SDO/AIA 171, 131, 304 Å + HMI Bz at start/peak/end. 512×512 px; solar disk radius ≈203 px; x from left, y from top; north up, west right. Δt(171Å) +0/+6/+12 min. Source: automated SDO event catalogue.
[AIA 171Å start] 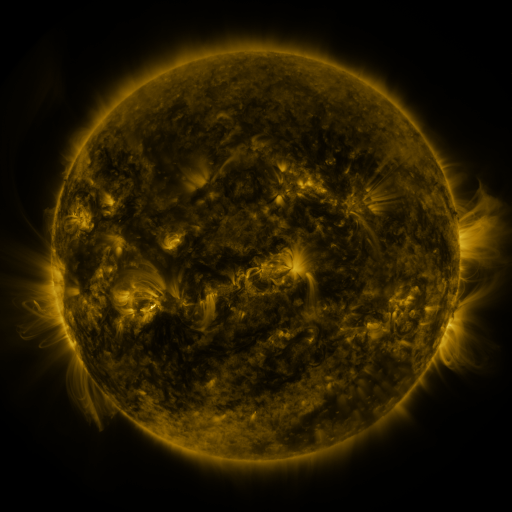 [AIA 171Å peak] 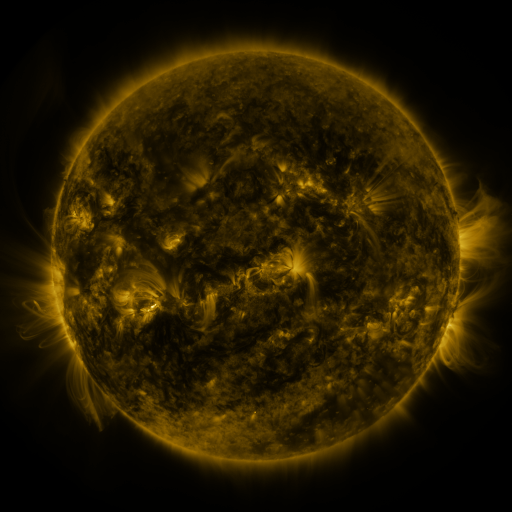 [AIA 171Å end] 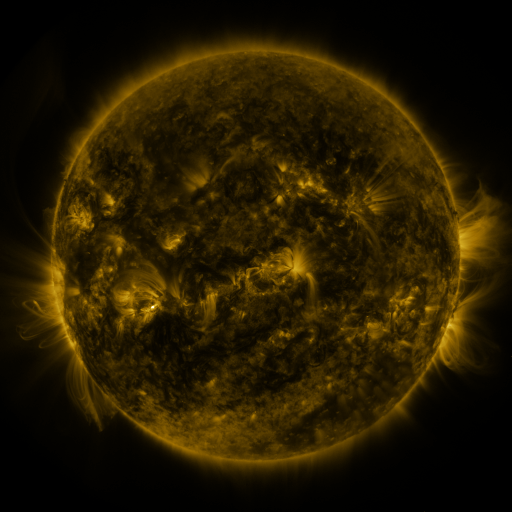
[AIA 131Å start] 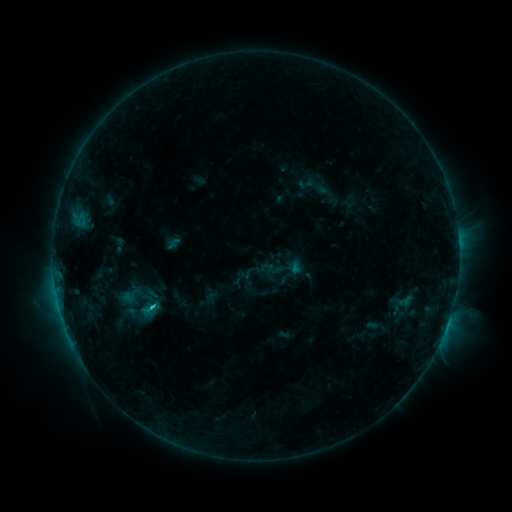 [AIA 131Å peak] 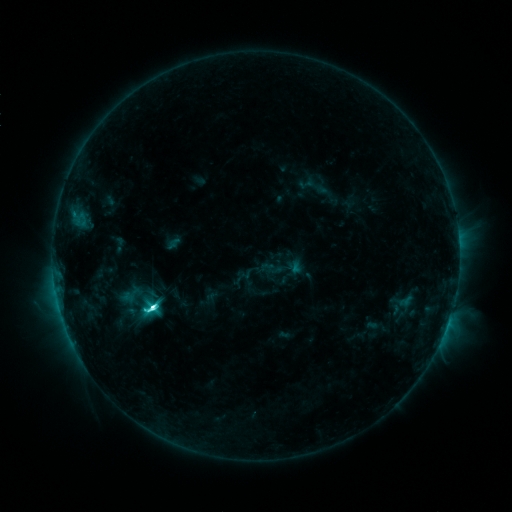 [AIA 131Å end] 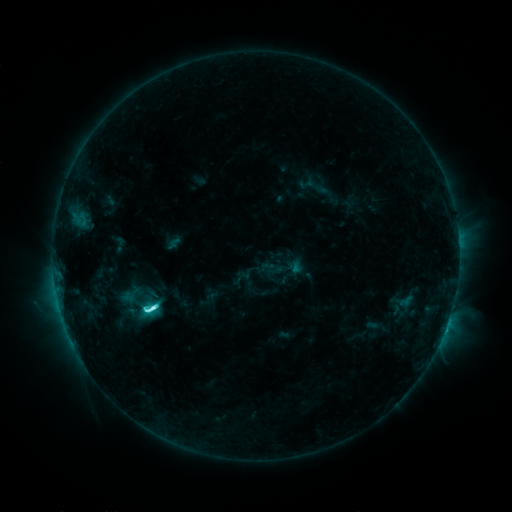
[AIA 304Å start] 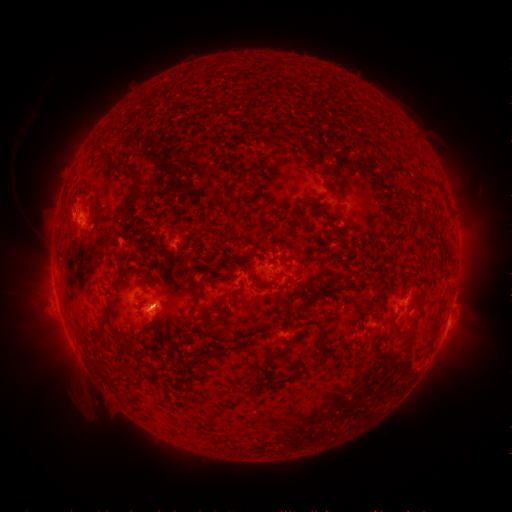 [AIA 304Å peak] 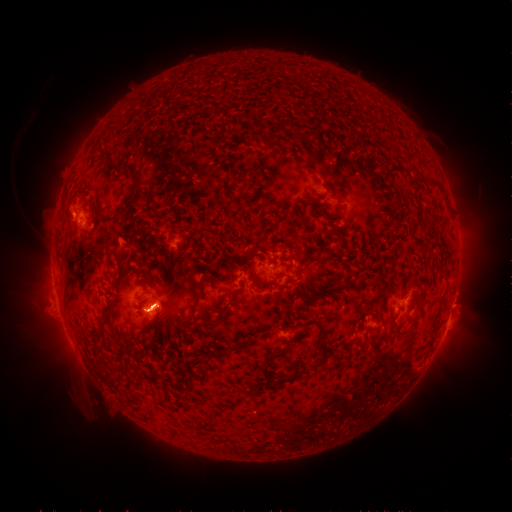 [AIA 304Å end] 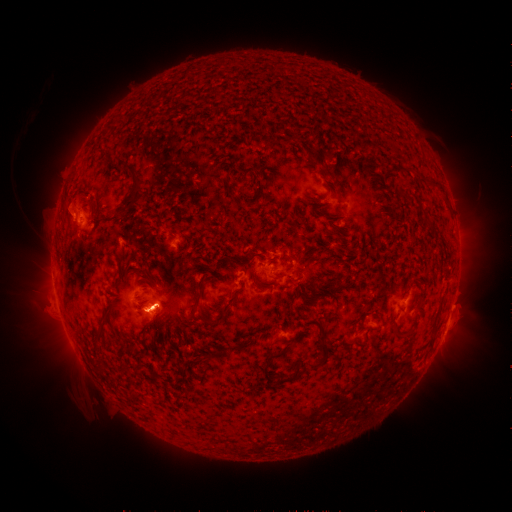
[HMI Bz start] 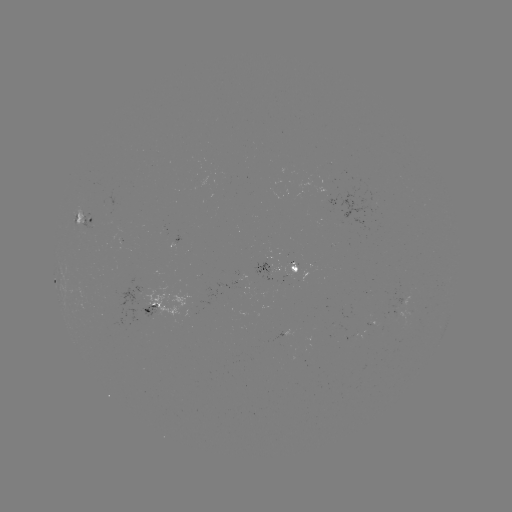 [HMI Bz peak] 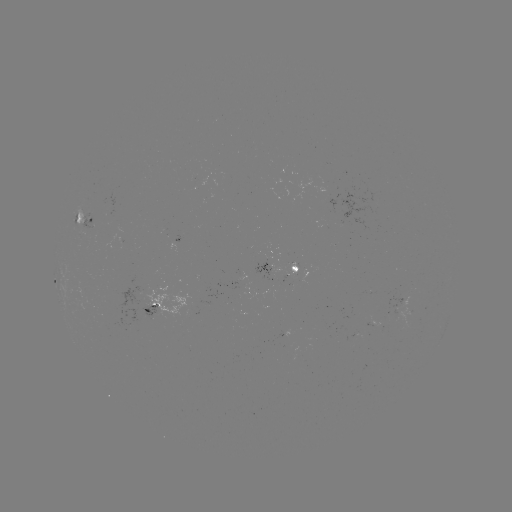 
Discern C8.1 flare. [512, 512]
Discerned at (154, 304).